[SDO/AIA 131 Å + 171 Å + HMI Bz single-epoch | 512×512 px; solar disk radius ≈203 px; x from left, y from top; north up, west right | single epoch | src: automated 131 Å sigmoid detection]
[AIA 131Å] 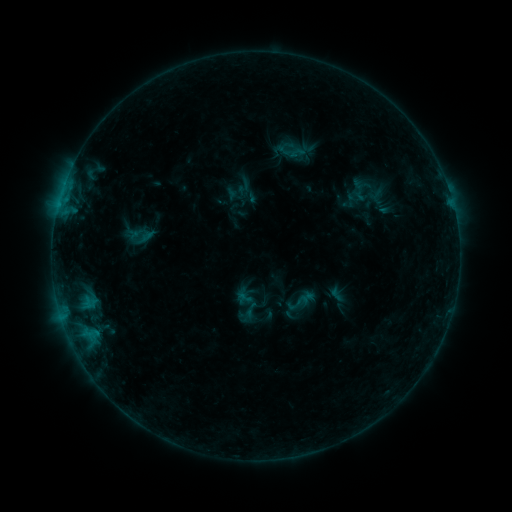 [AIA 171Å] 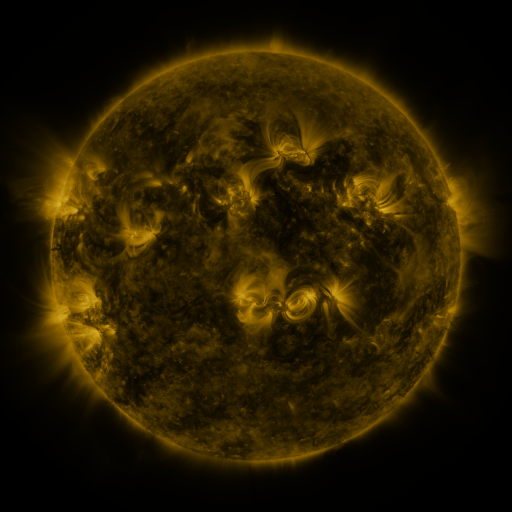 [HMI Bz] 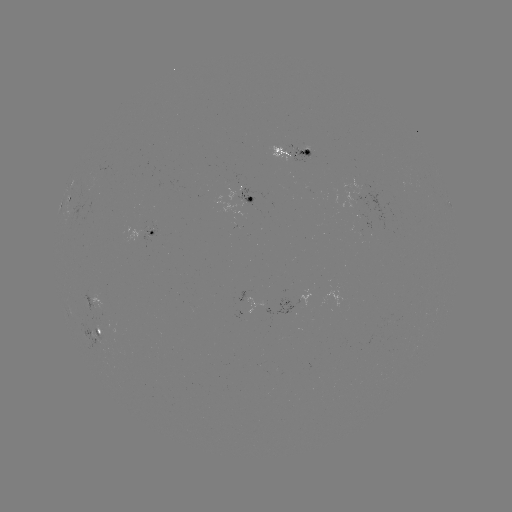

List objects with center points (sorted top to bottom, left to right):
sigmoid: (278, 134, 309, 160)
